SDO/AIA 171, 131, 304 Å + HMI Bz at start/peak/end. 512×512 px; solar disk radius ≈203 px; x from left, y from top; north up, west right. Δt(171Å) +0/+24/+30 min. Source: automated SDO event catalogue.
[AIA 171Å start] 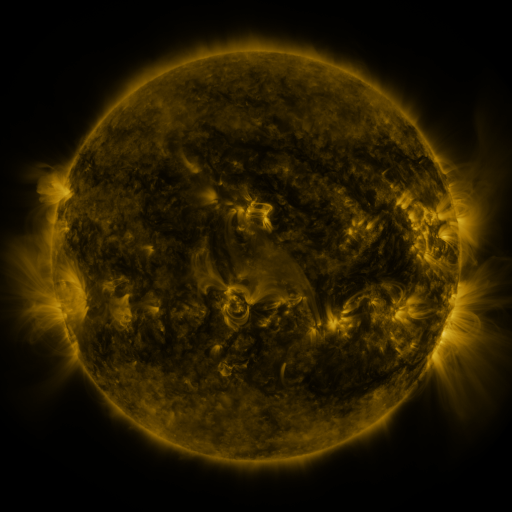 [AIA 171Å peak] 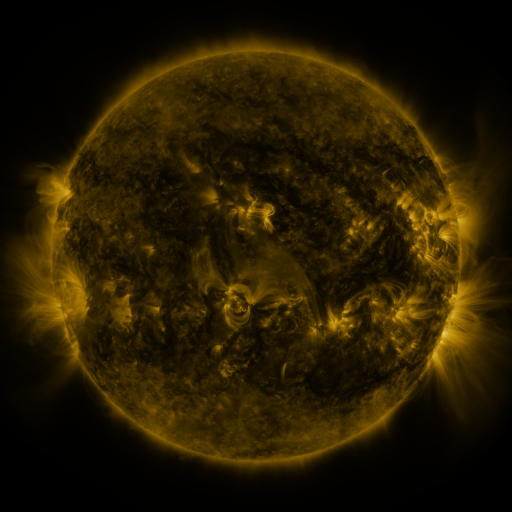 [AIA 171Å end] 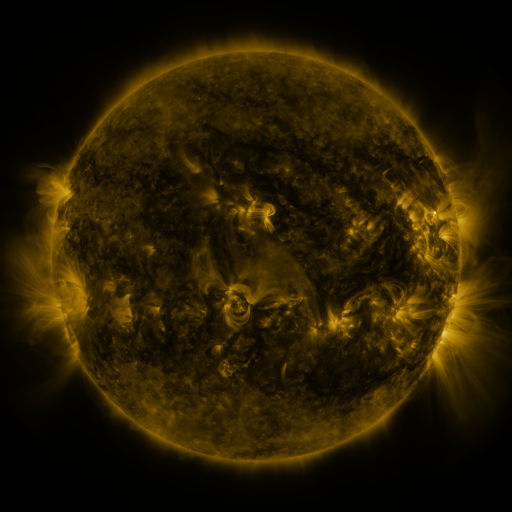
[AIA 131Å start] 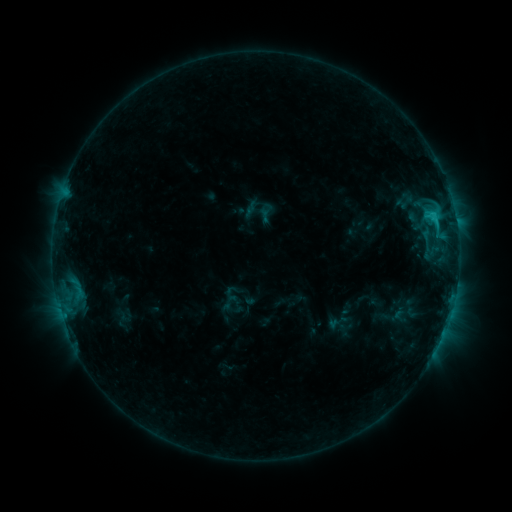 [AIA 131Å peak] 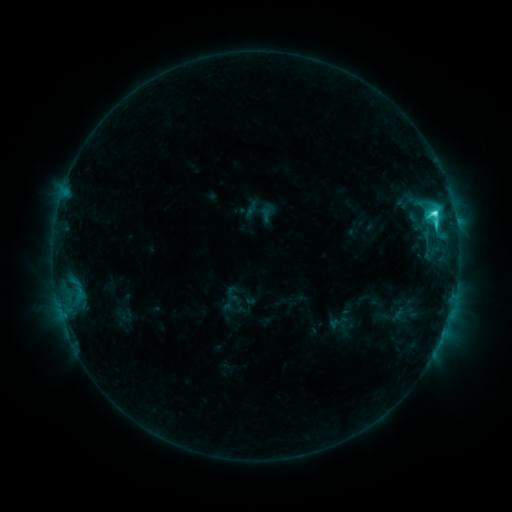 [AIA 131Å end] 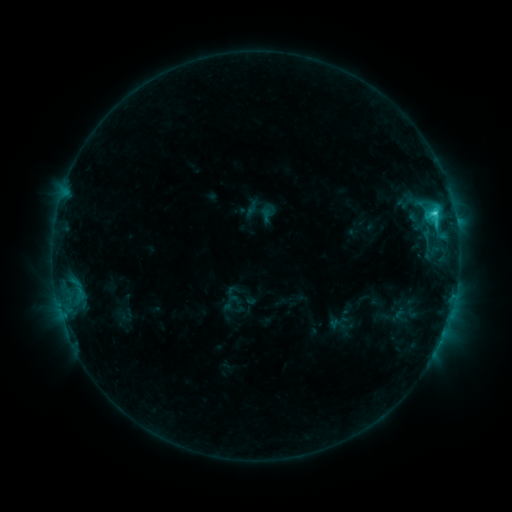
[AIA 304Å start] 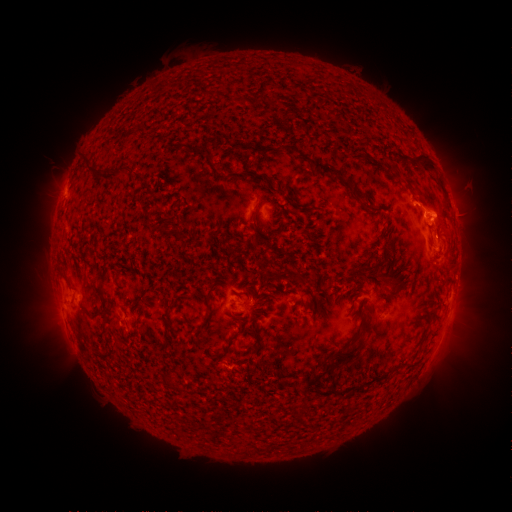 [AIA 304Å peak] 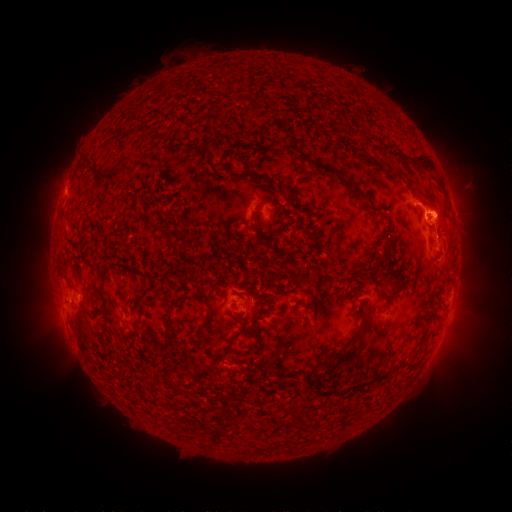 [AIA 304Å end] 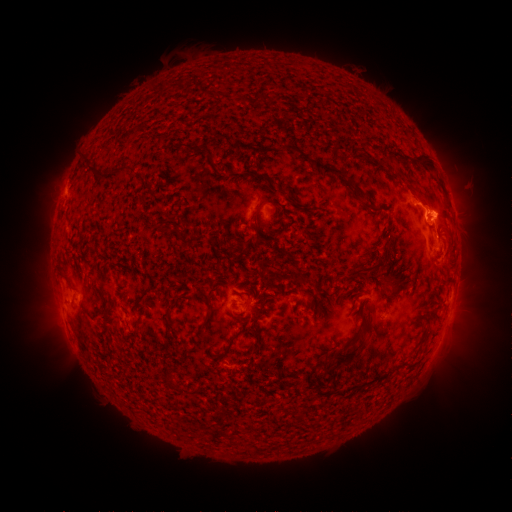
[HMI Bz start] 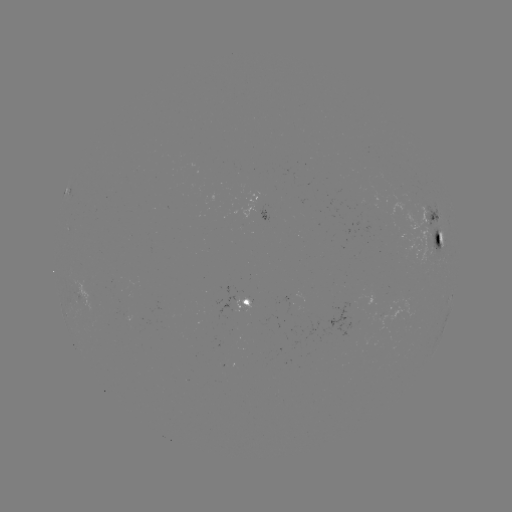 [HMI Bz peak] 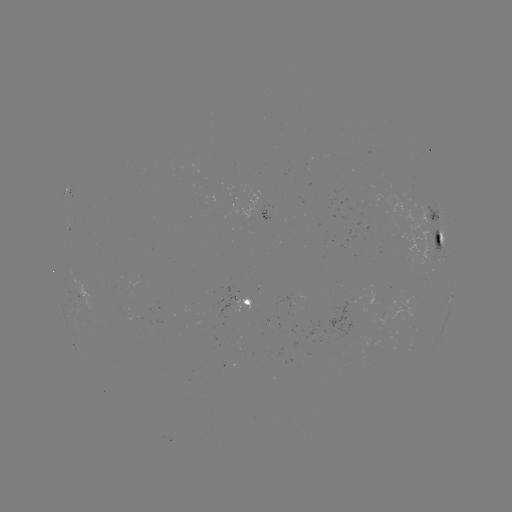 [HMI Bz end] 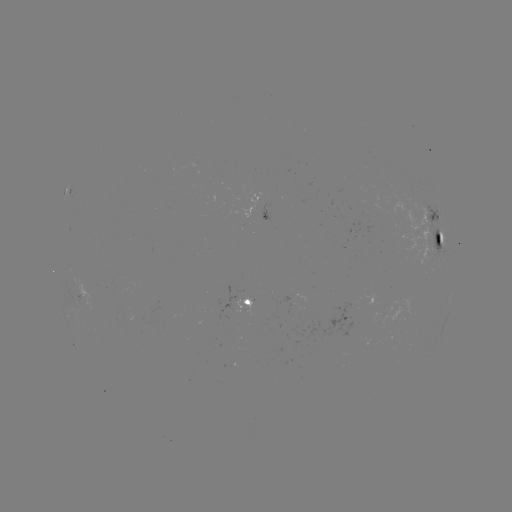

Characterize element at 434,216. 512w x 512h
C5.4 flare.